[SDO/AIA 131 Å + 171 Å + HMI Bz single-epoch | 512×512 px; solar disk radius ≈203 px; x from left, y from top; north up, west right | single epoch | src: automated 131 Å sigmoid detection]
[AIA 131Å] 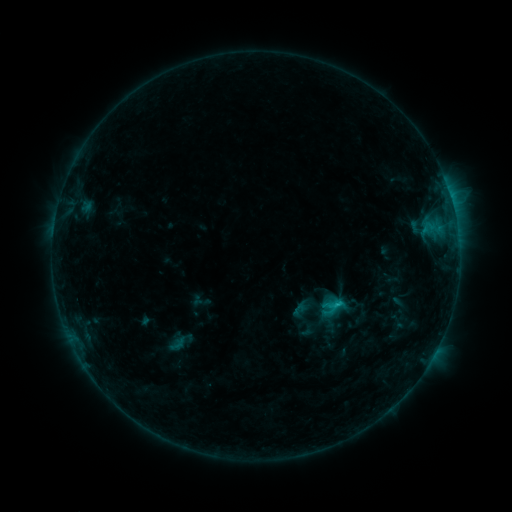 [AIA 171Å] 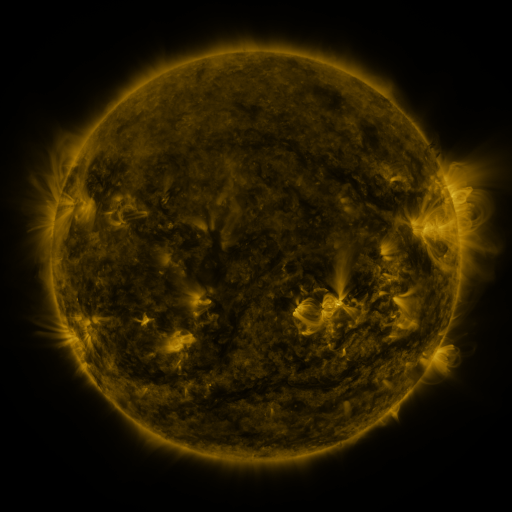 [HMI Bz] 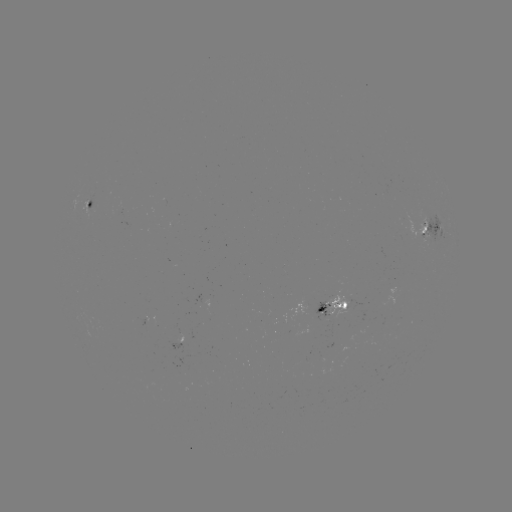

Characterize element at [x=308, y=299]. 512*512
sigmoid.